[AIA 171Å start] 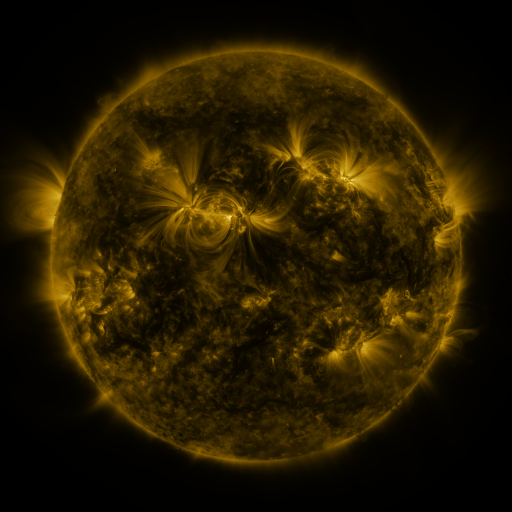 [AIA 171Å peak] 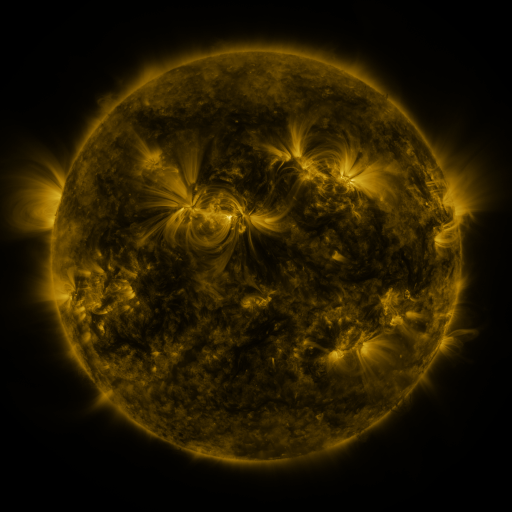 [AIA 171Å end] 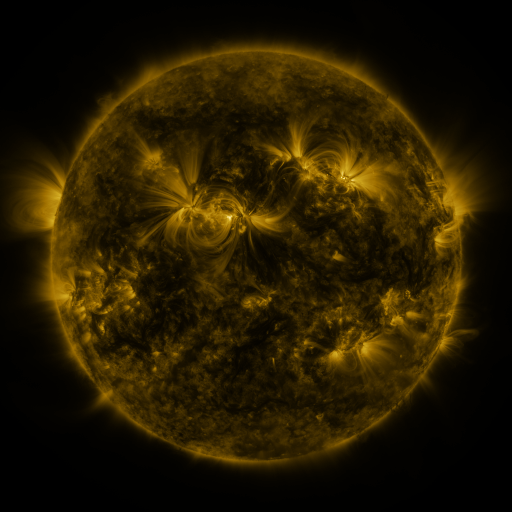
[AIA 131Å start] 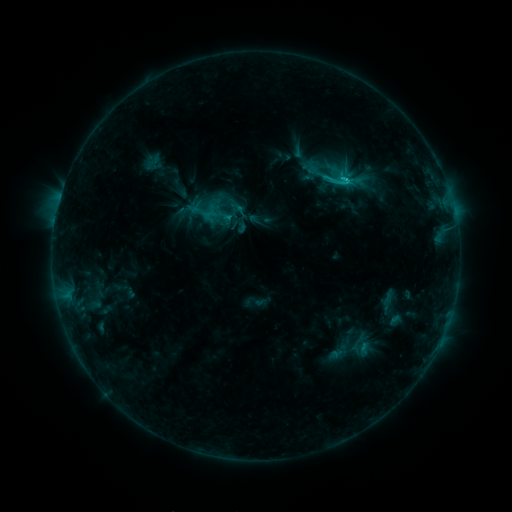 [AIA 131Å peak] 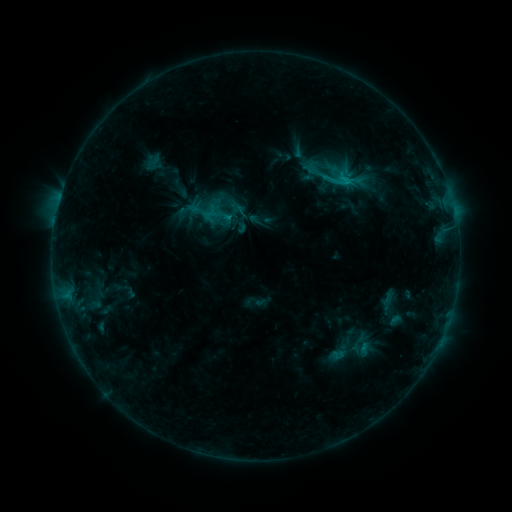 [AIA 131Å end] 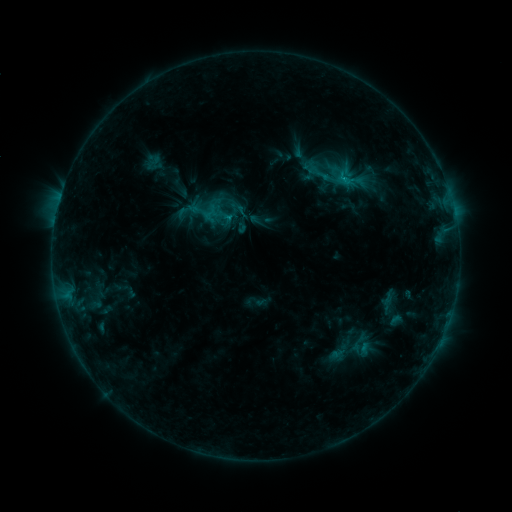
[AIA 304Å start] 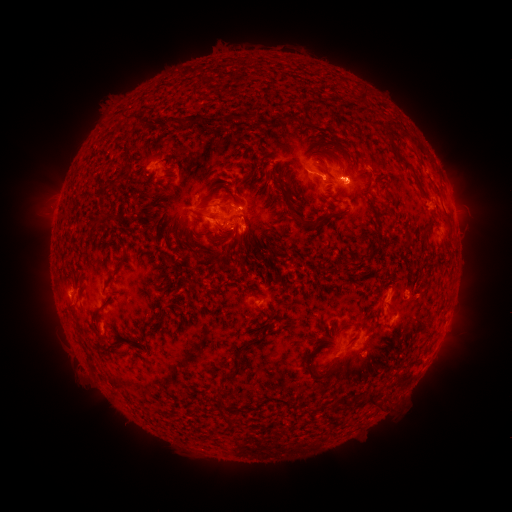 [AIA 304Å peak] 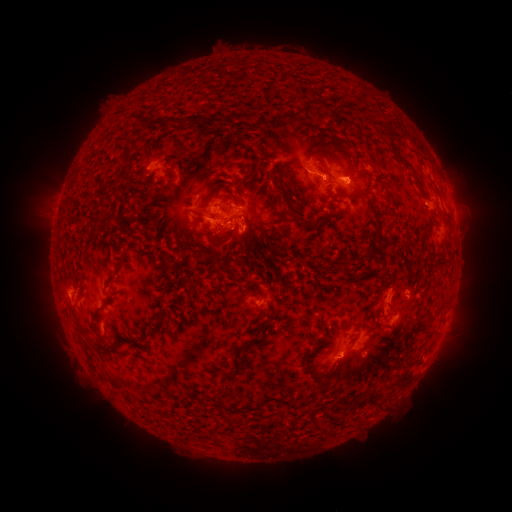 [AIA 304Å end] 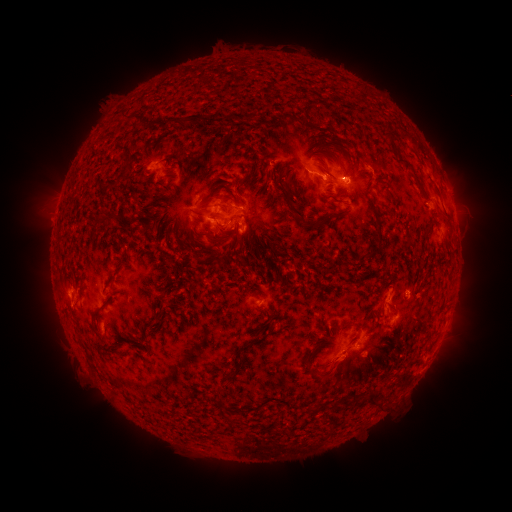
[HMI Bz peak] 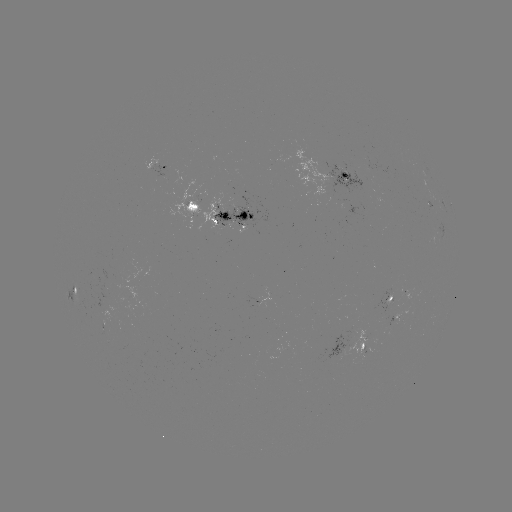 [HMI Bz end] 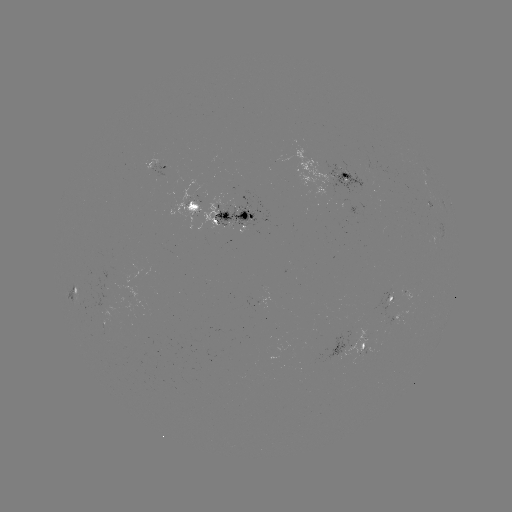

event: eruption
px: (340, 371)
